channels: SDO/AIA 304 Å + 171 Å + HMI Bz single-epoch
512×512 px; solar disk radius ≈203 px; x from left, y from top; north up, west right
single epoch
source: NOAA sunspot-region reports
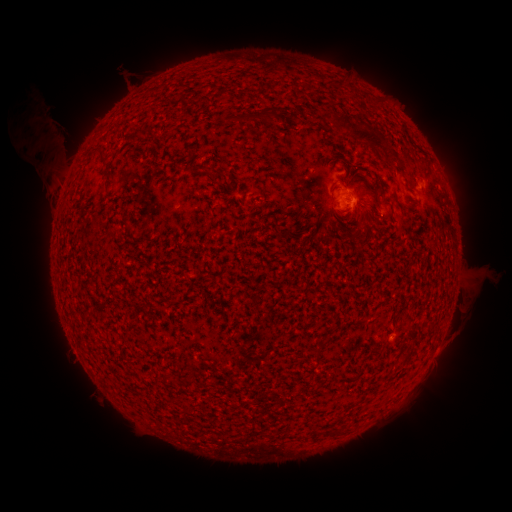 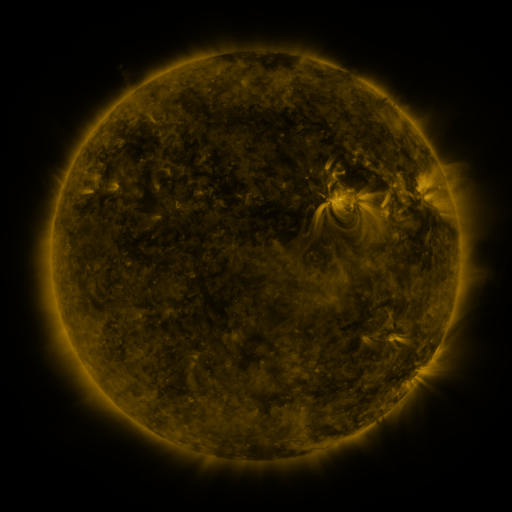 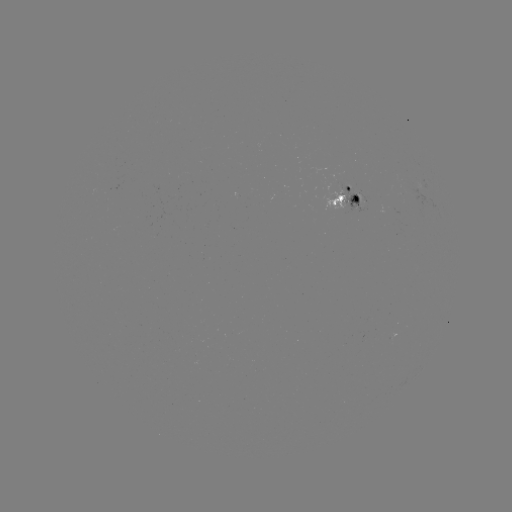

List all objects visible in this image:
spotted active region: (417, 181)
spotted active region: (344, 193)
spotted active region: (433, 354)
